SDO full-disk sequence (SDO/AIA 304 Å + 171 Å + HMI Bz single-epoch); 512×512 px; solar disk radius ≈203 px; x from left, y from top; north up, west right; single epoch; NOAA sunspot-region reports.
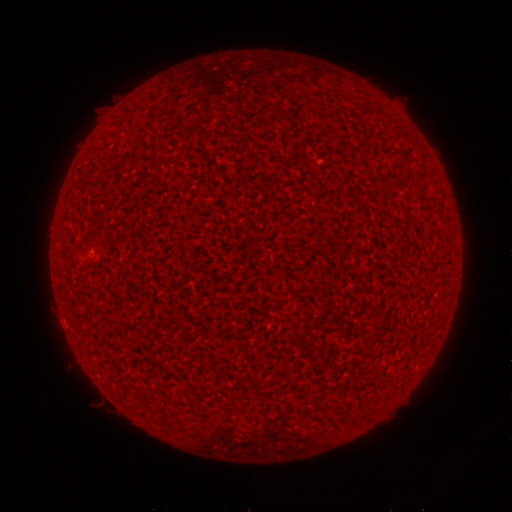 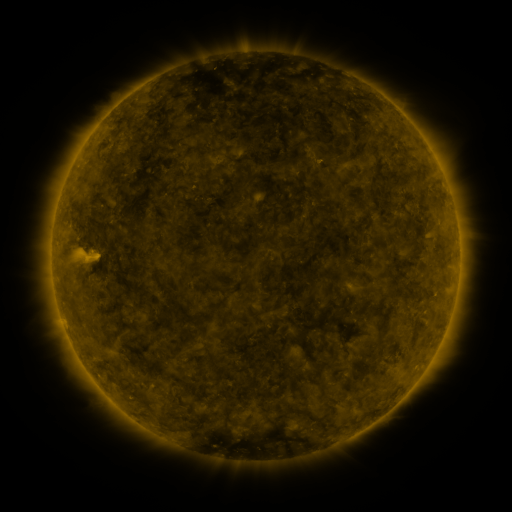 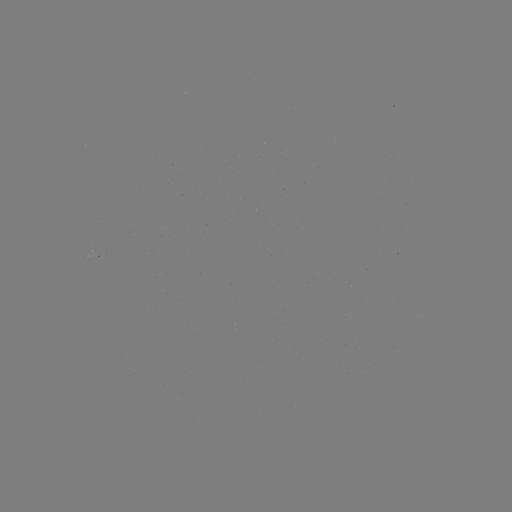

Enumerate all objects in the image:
(none)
